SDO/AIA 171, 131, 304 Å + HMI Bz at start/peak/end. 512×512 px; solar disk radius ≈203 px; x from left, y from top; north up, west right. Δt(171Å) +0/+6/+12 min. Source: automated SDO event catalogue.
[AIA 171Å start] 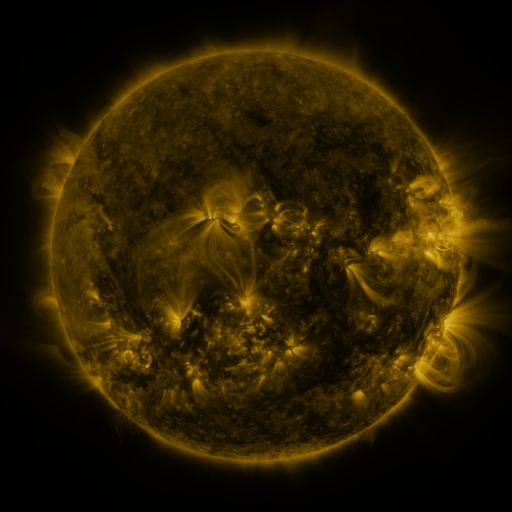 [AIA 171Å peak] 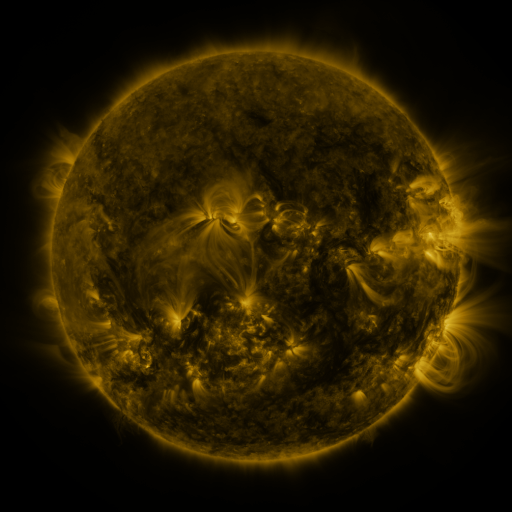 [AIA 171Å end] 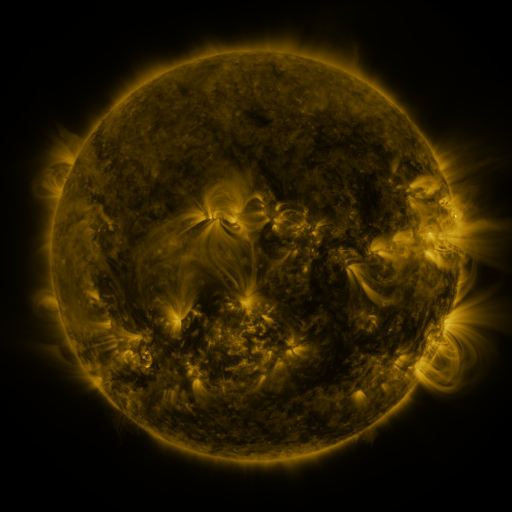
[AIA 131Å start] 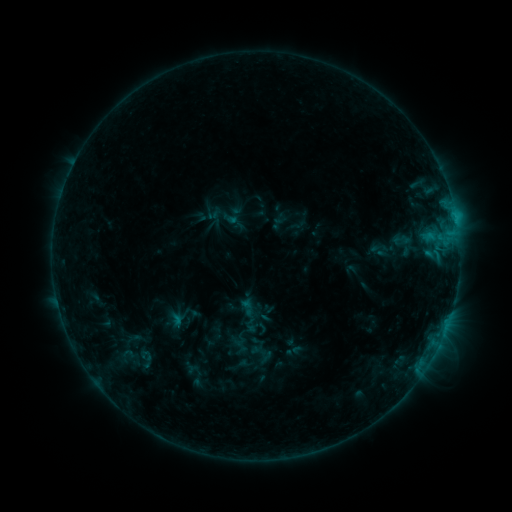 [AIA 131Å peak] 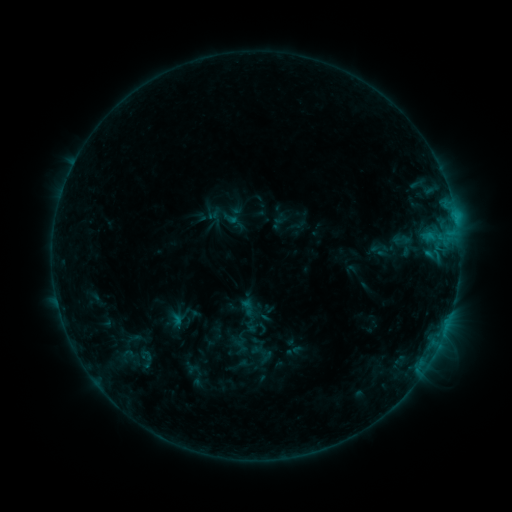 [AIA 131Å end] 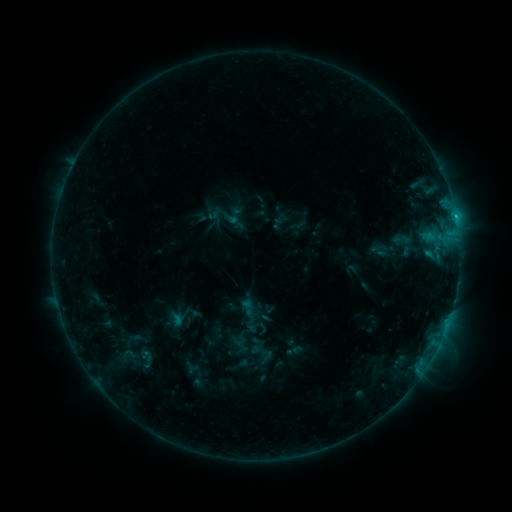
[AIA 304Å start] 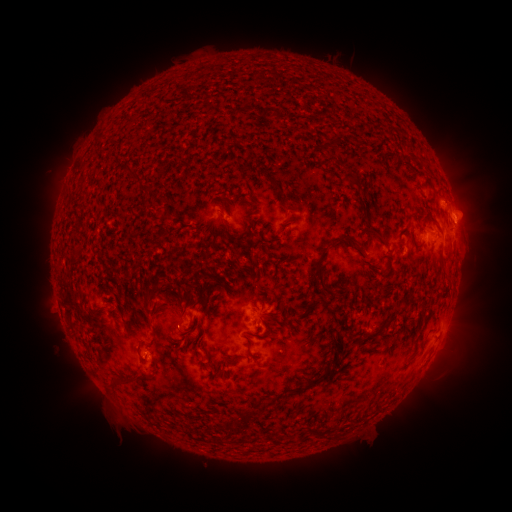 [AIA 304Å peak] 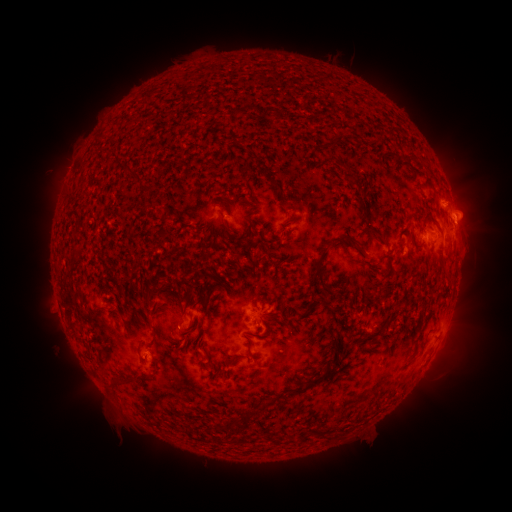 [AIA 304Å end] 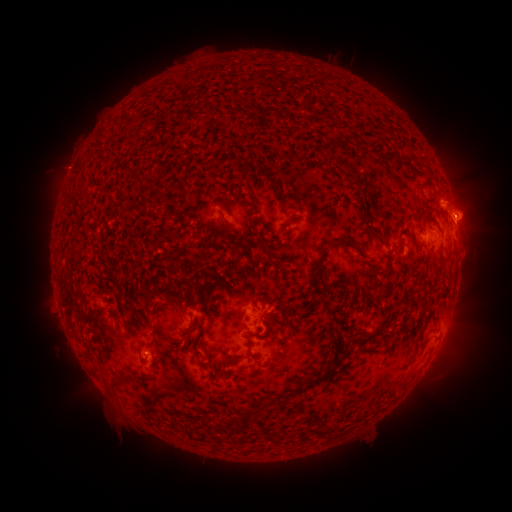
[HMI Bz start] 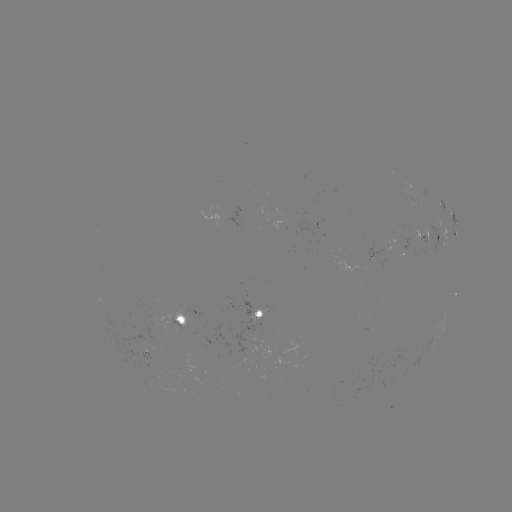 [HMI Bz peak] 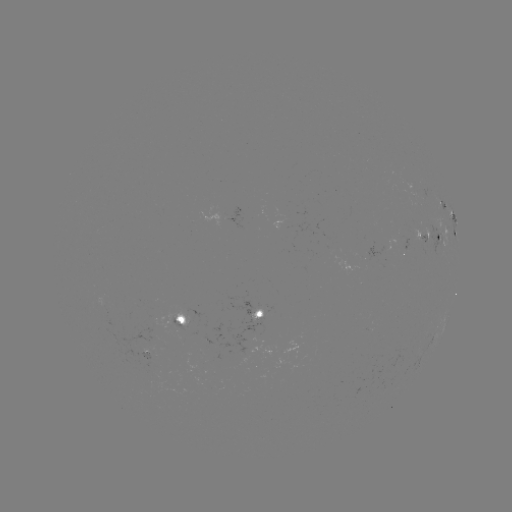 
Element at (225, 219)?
C1.0 flare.